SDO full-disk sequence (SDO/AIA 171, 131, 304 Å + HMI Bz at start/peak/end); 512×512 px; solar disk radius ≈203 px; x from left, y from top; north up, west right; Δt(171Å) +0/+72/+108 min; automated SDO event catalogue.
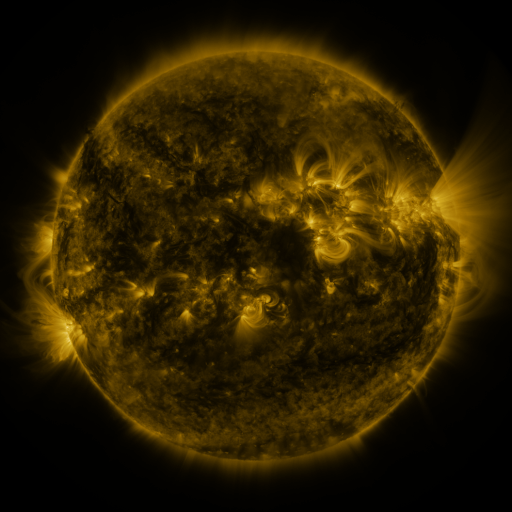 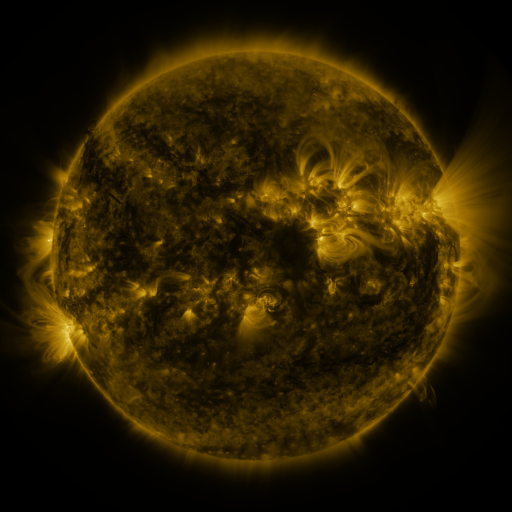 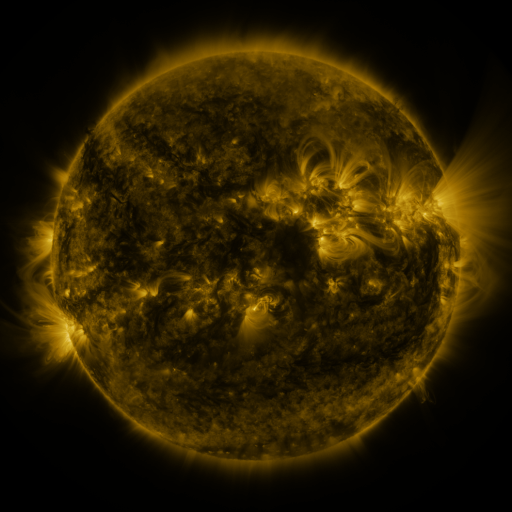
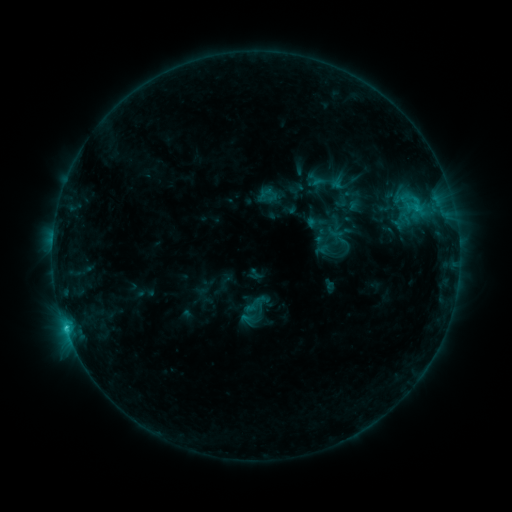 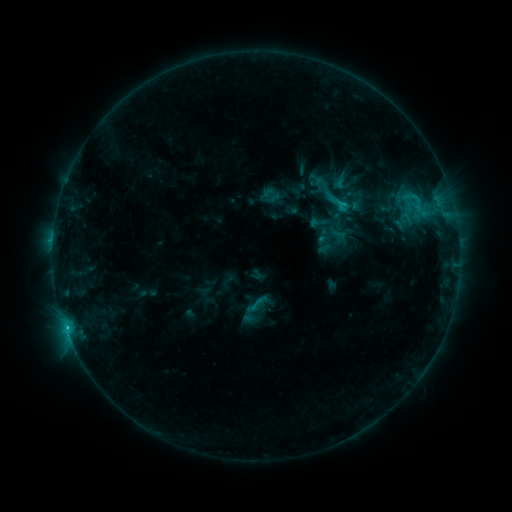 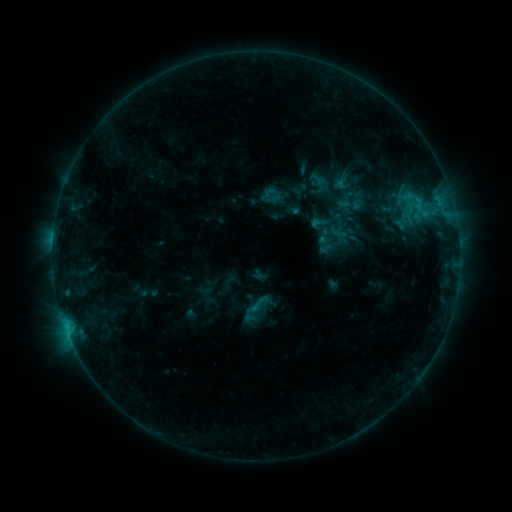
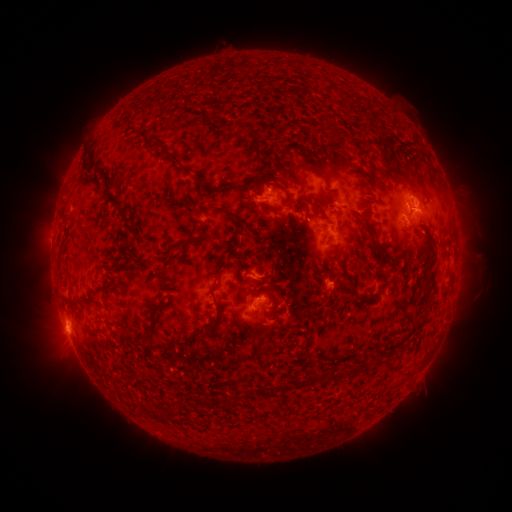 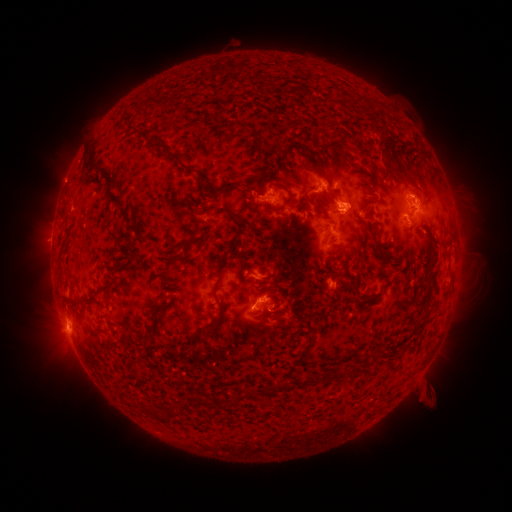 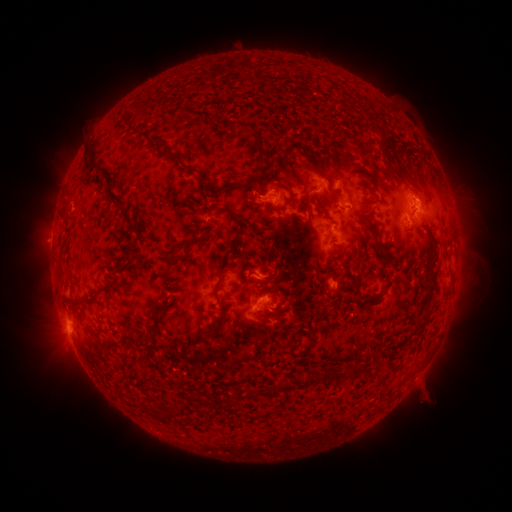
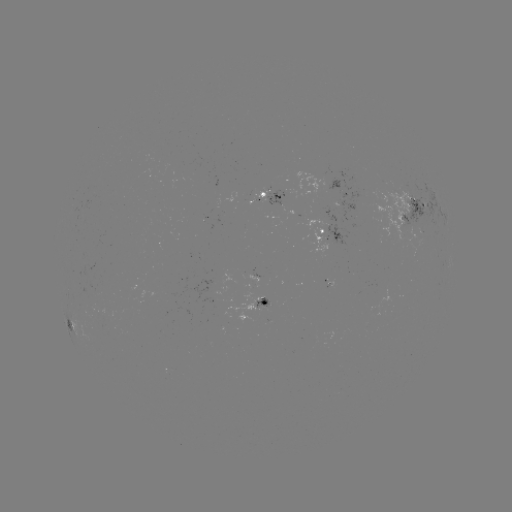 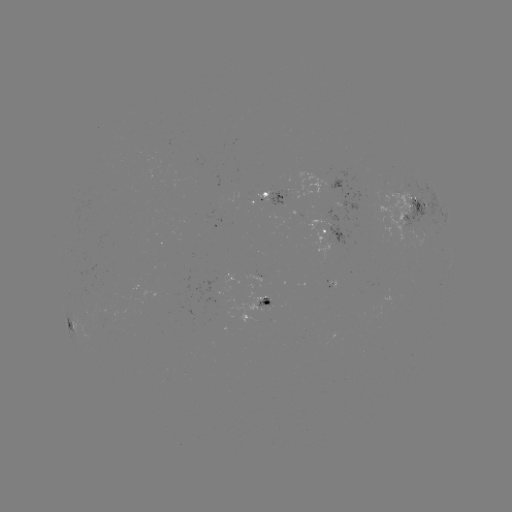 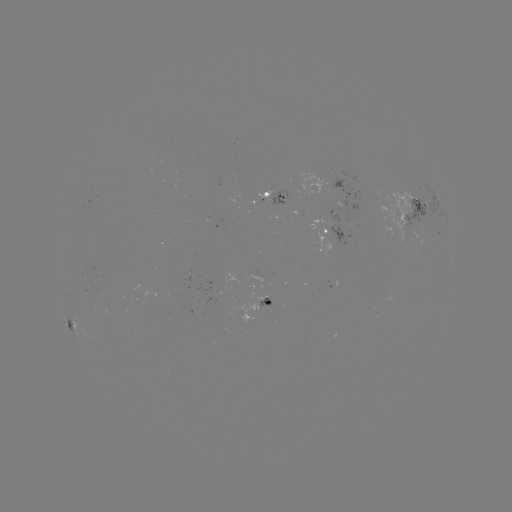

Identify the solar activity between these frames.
emerging-flux region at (417, 223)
